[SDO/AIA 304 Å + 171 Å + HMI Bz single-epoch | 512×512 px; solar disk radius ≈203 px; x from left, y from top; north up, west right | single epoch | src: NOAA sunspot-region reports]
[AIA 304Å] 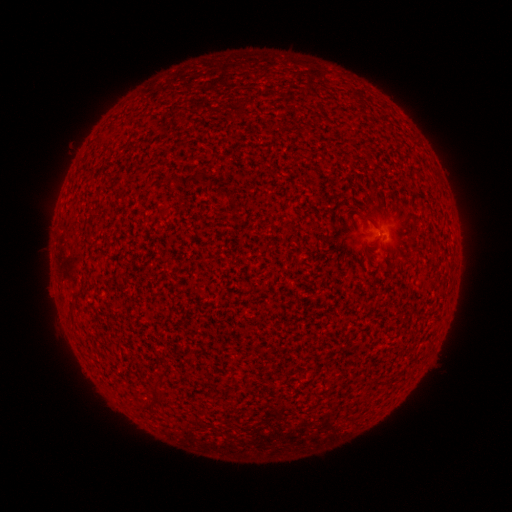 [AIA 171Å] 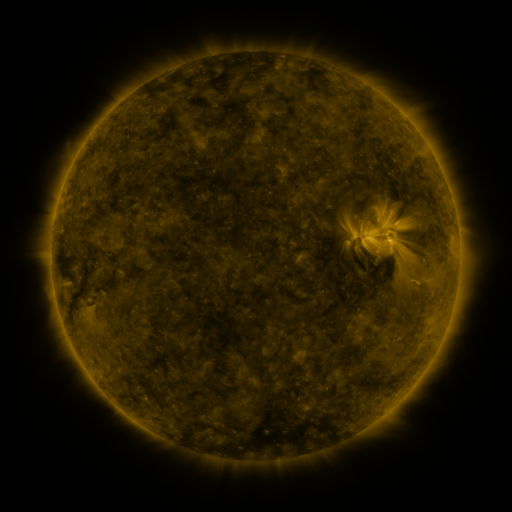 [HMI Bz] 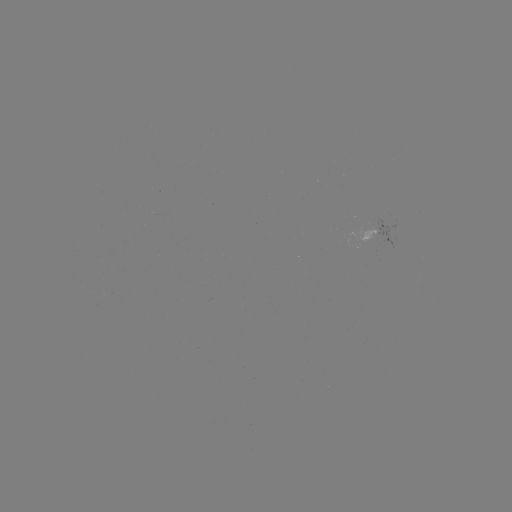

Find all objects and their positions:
spotted active region: (386, 233)
